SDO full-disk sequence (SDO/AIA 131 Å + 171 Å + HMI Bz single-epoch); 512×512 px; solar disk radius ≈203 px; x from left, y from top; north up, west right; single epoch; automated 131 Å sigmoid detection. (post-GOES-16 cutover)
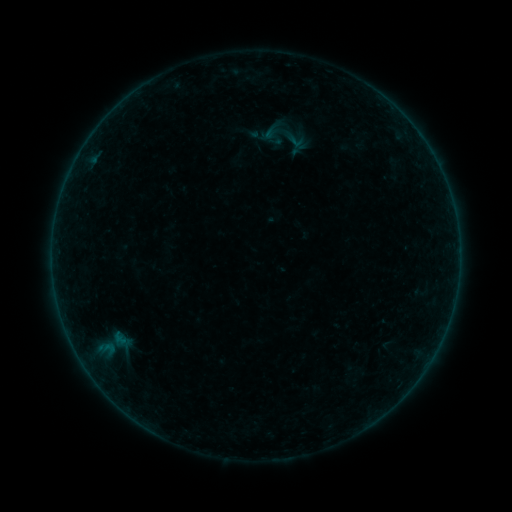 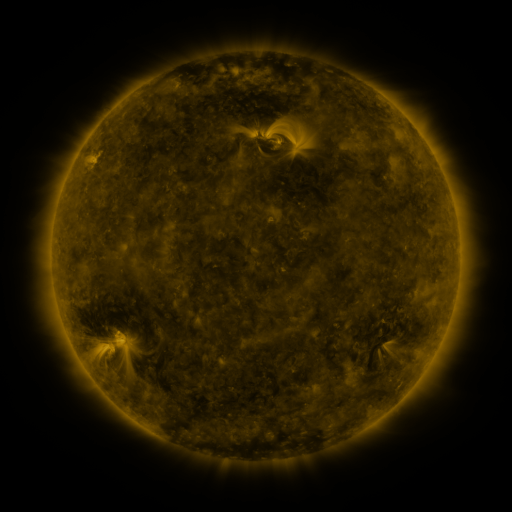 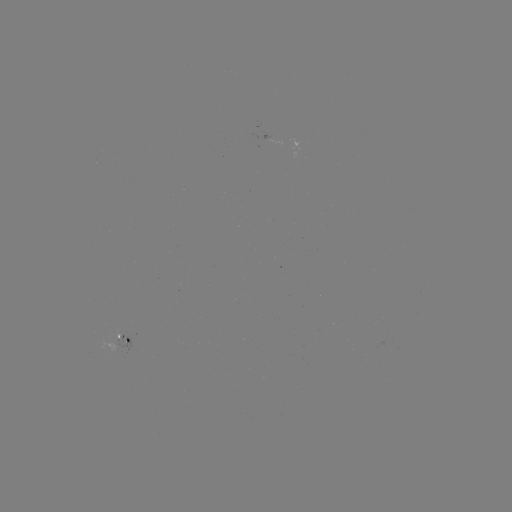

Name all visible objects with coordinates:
sigmoid: (296, 141)
